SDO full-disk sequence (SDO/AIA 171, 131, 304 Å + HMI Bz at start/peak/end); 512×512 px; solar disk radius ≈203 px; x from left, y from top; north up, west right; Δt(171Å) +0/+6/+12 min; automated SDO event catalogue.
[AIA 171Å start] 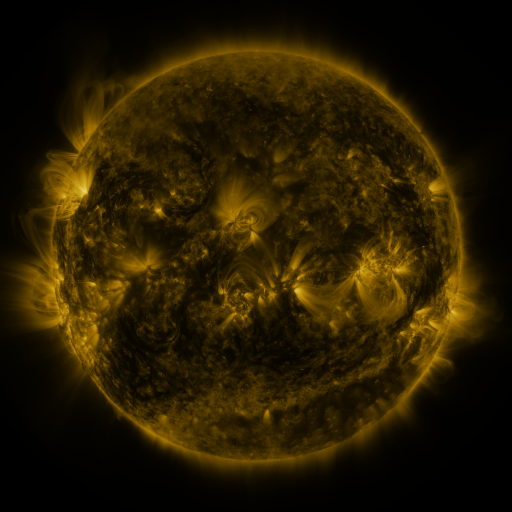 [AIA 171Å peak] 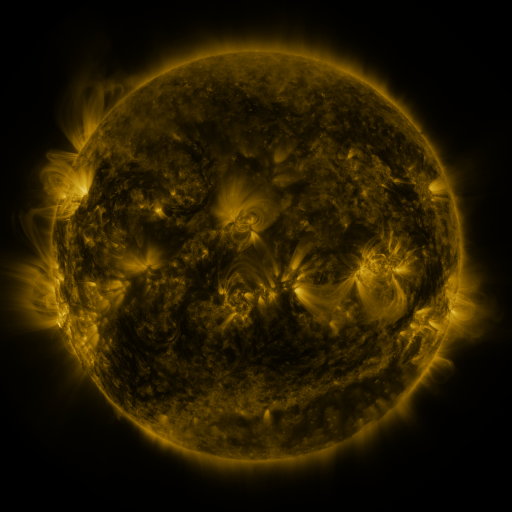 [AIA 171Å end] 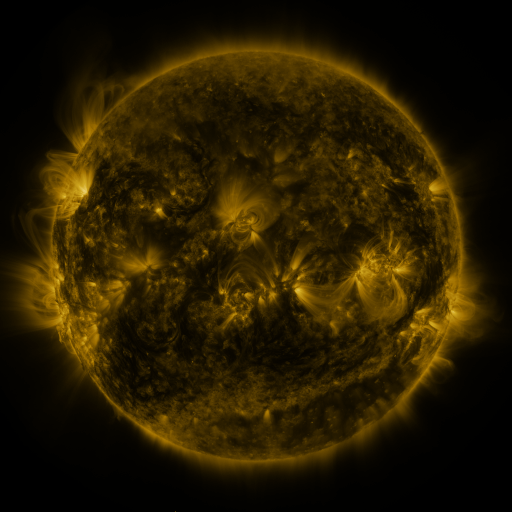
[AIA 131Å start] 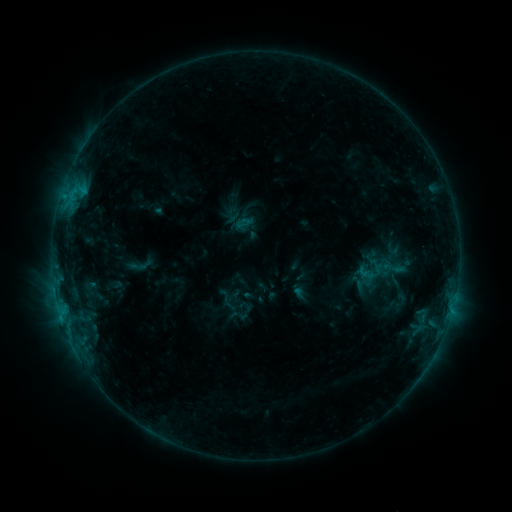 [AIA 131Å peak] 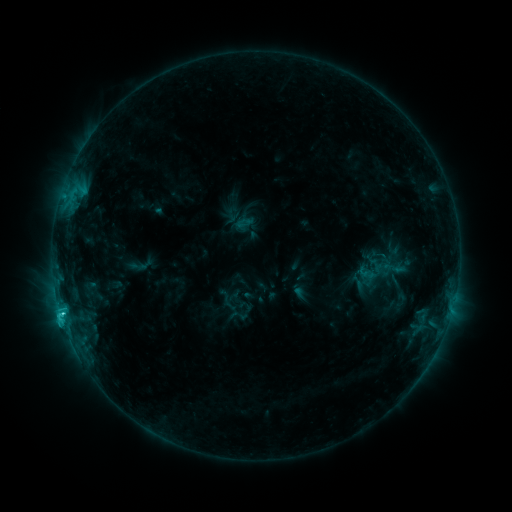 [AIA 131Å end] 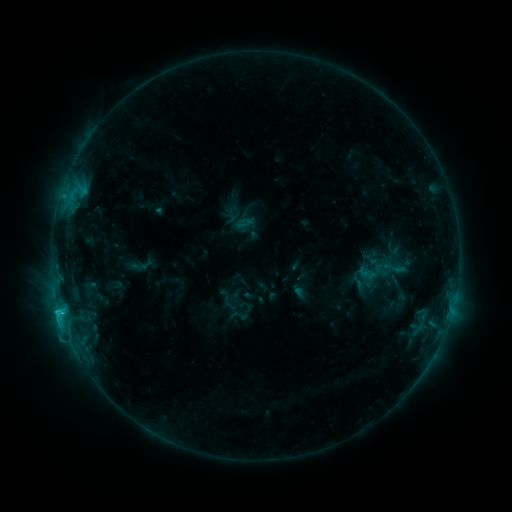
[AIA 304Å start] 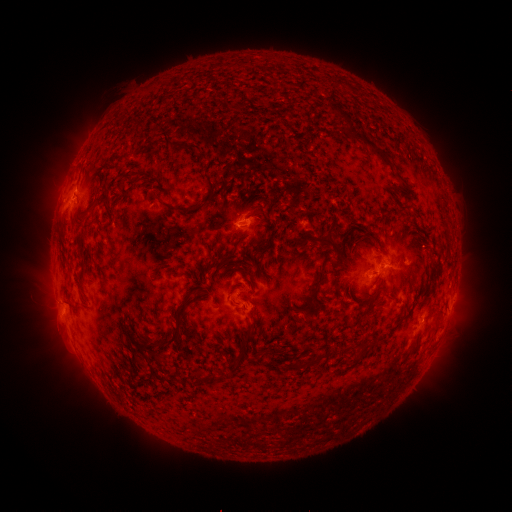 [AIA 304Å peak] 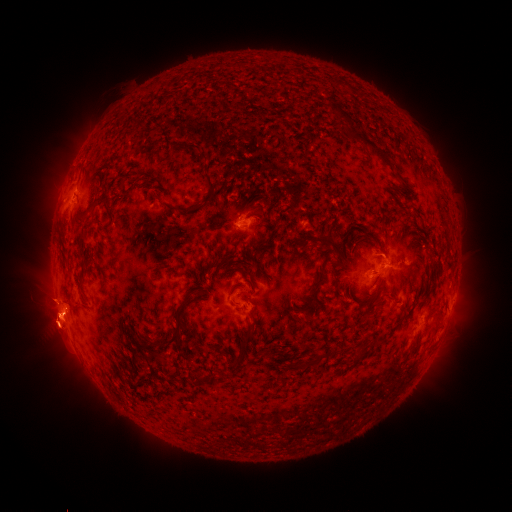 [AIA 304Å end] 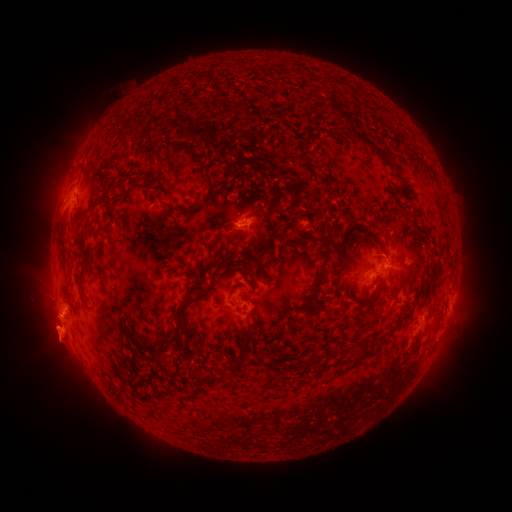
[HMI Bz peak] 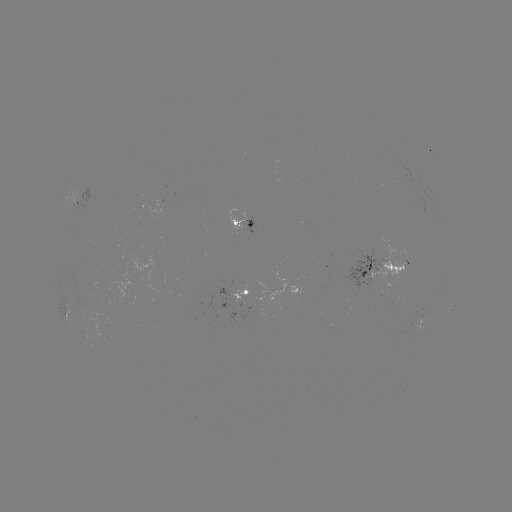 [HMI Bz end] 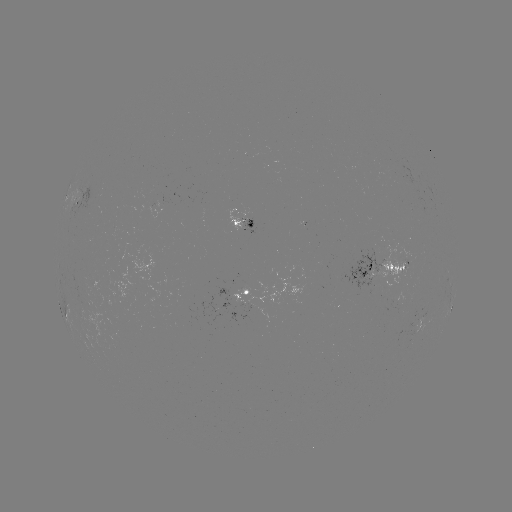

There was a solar flare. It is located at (60, 311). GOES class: C2.1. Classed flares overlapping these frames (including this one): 1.